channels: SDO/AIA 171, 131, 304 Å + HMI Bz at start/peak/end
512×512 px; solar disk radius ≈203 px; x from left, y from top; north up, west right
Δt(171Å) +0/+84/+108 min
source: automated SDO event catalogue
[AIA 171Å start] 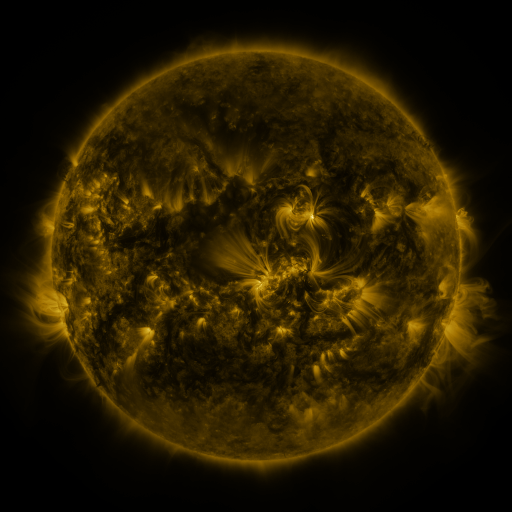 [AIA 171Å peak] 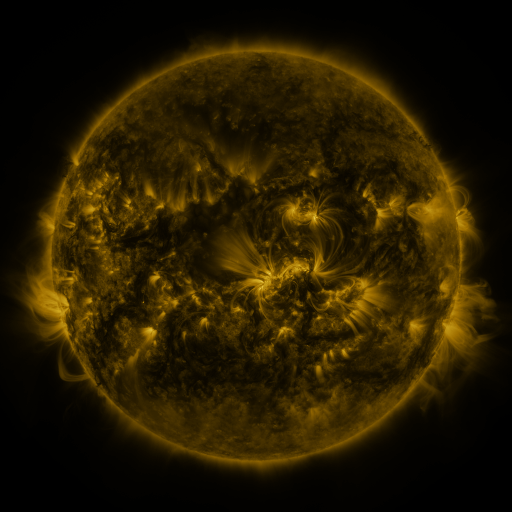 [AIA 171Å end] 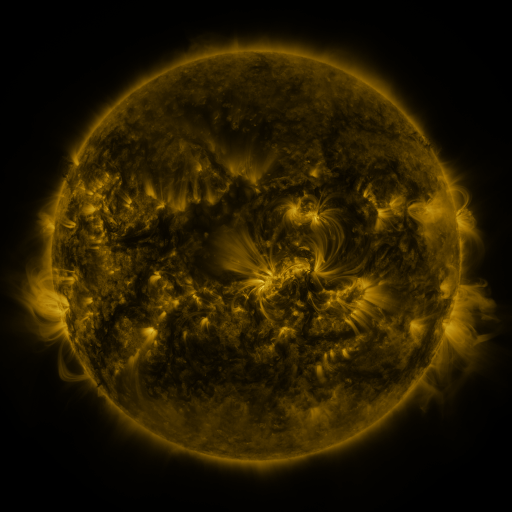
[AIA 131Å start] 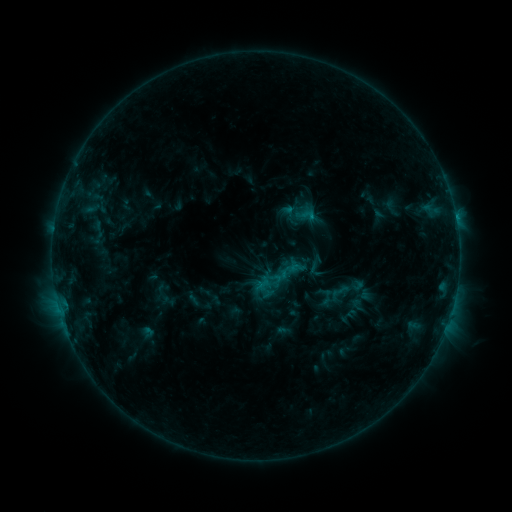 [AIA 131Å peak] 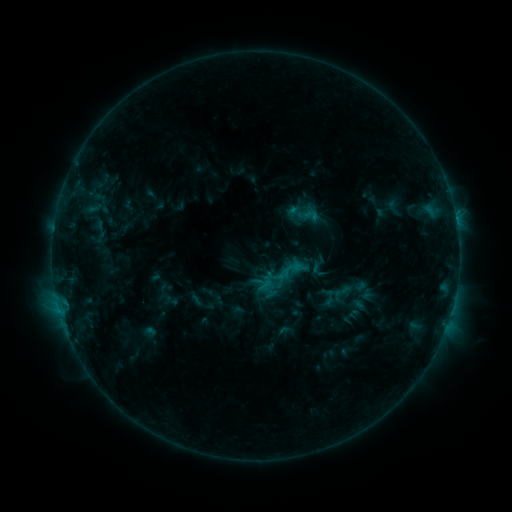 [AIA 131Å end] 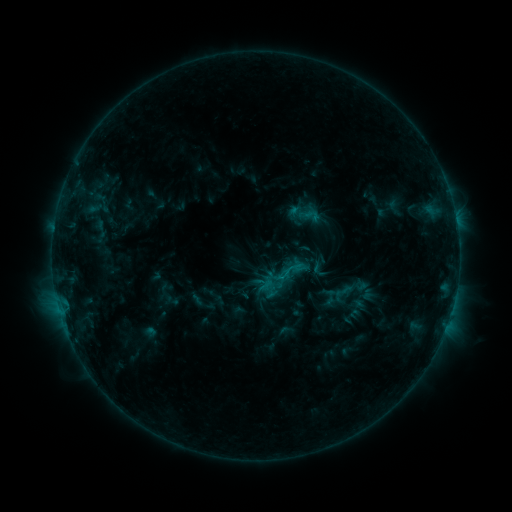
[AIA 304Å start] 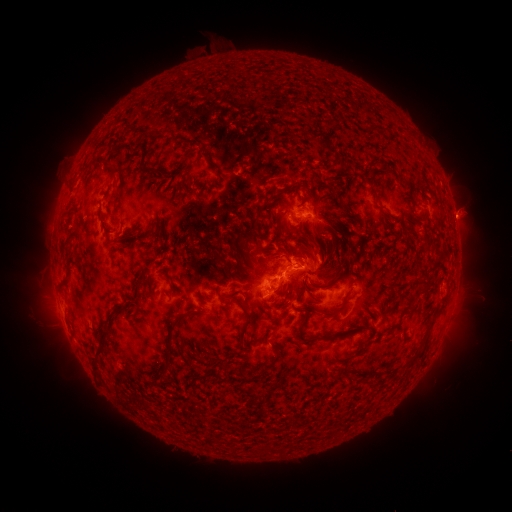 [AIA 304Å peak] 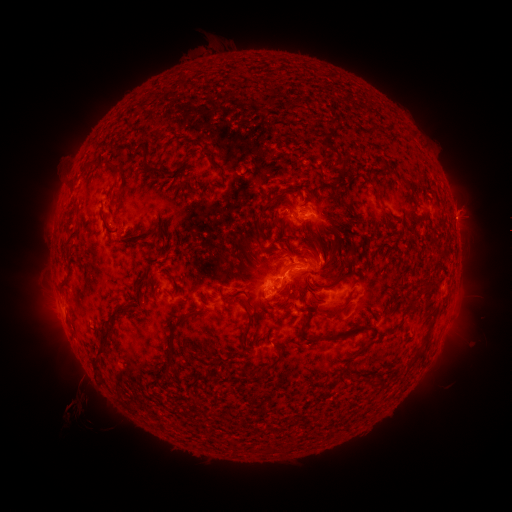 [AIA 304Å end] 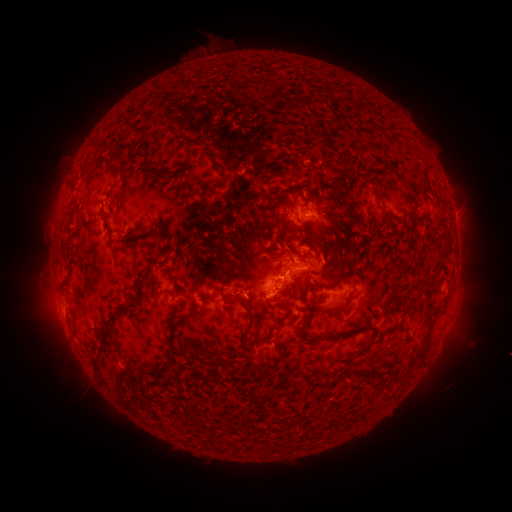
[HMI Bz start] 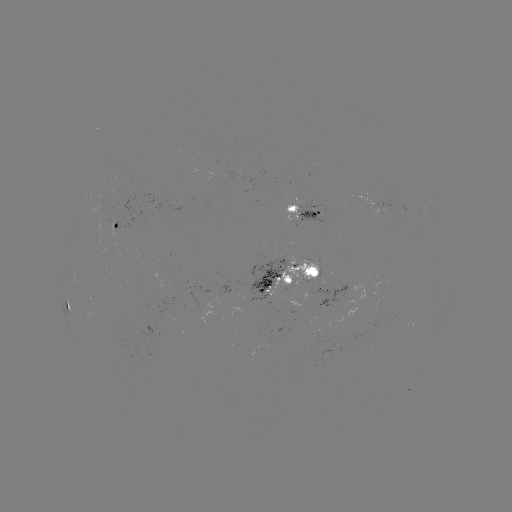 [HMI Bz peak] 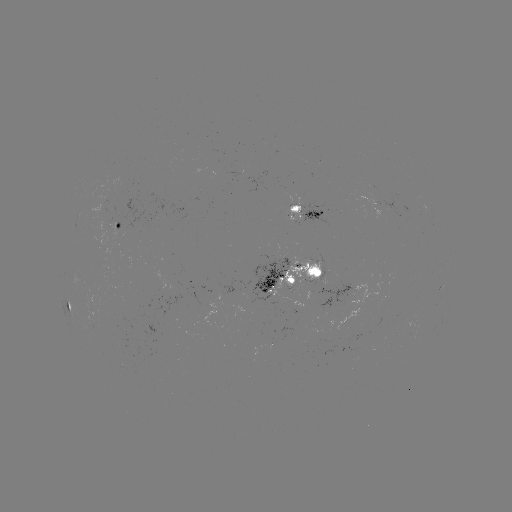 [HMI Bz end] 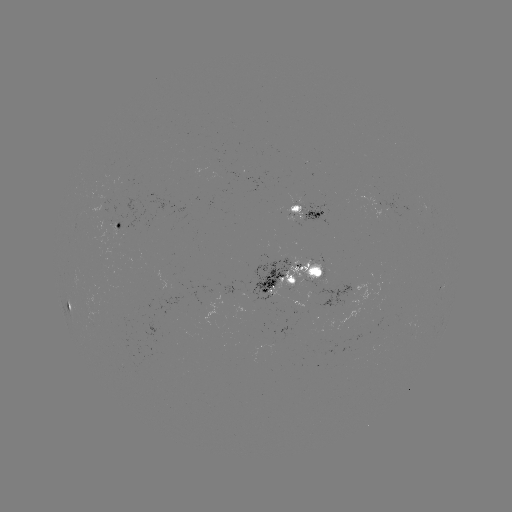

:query emerging-flux region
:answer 312,289